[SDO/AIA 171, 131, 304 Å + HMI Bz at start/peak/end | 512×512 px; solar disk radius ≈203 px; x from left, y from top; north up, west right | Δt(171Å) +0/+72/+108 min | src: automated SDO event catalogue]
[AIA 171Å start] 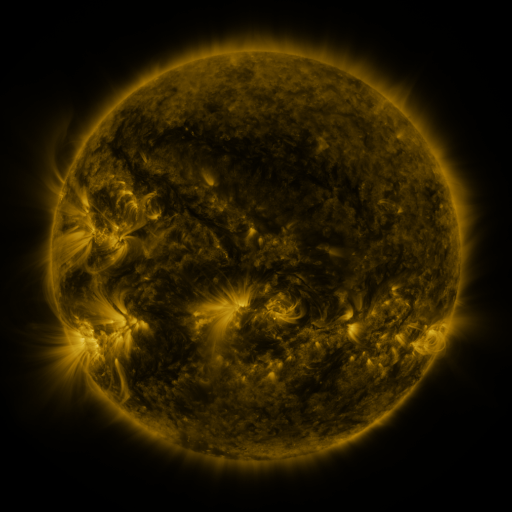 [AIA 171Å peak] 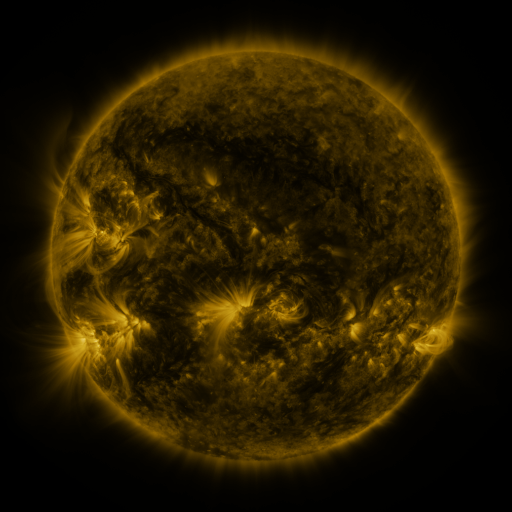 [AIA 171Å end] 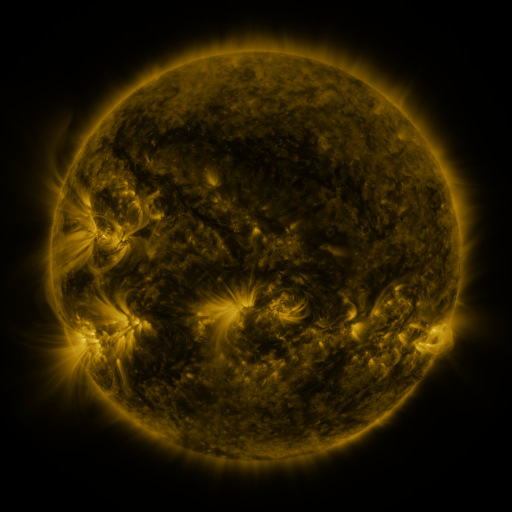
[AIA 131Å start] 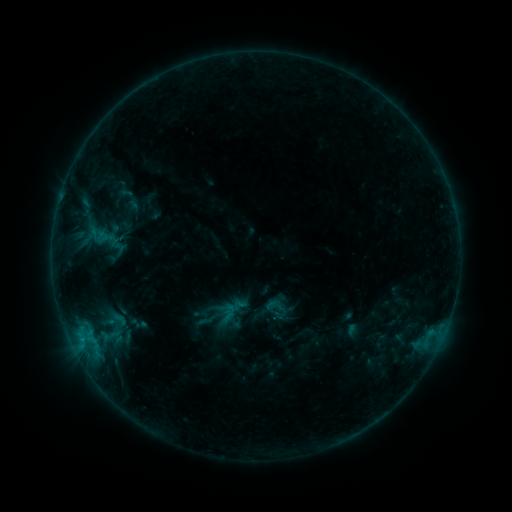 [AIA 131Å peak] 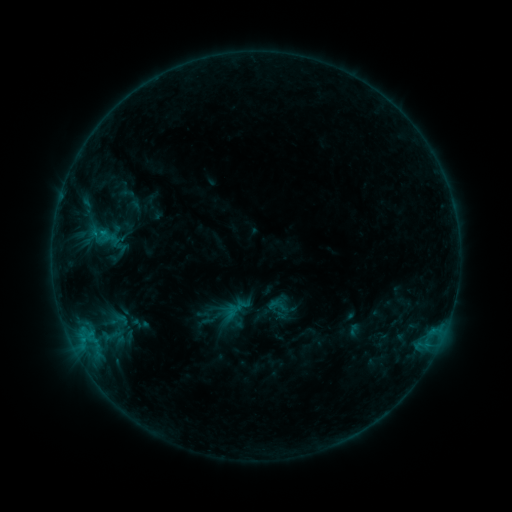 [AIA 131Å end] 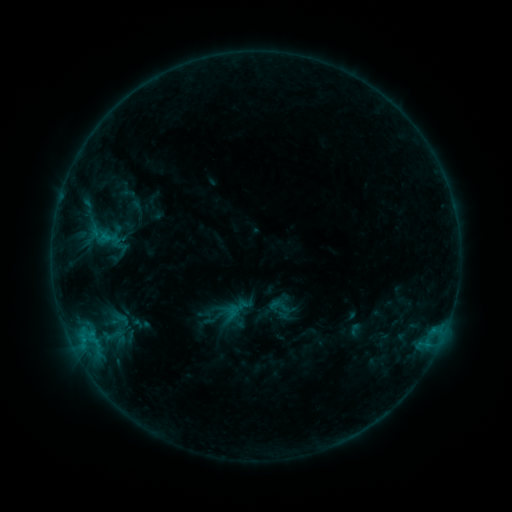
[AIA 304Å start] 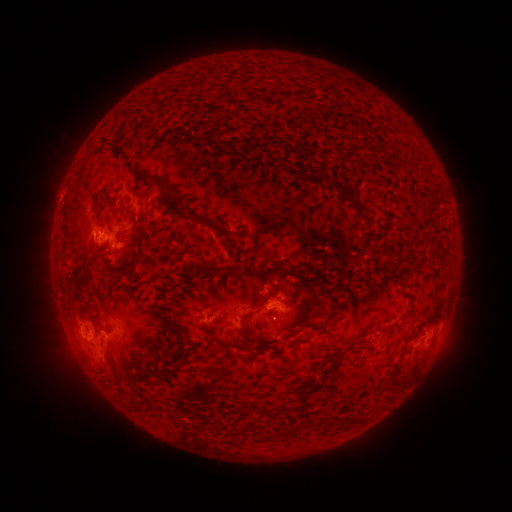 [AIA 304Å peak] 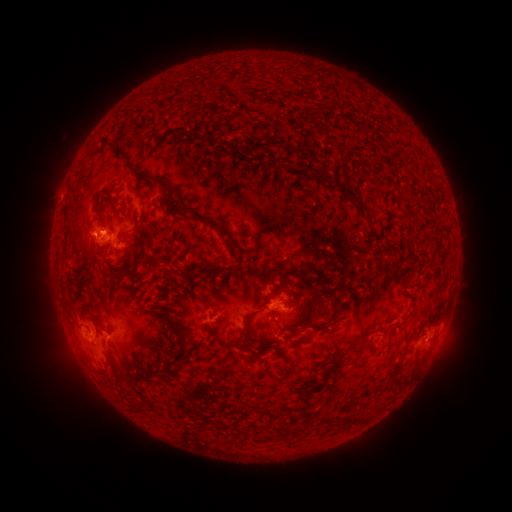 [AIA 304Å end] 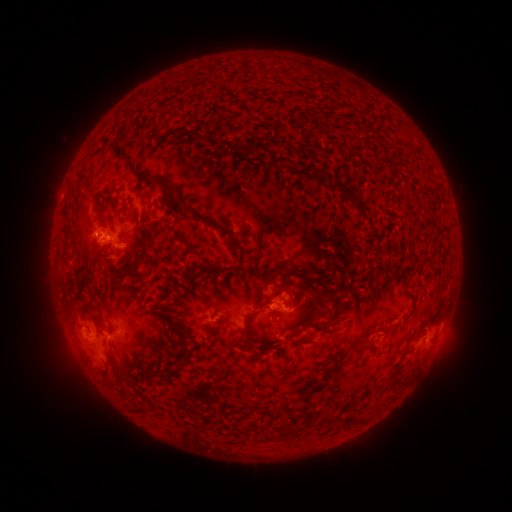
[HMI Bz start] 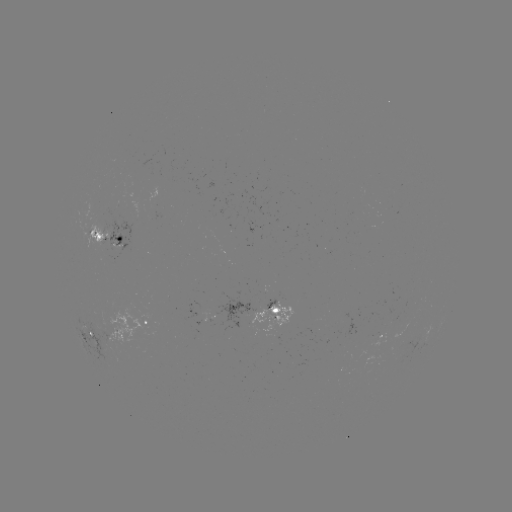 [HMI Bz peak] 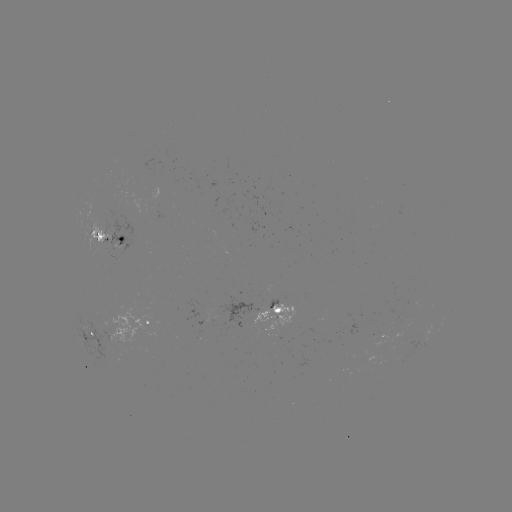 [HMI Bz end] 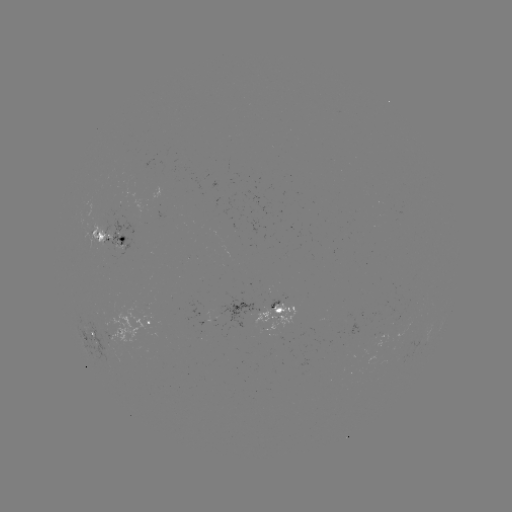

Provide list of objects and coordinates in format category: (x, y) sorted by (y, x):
emerging-flux region: (106, 340)
